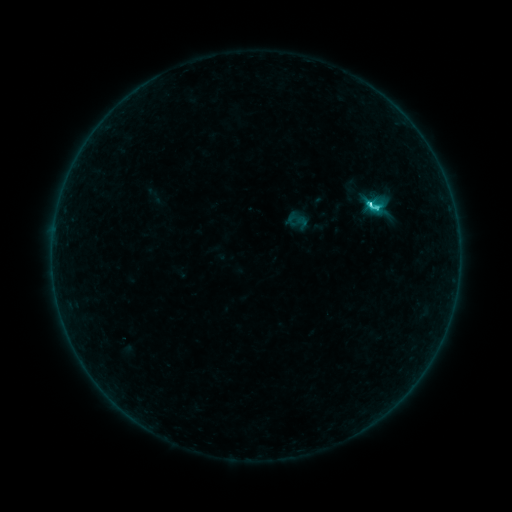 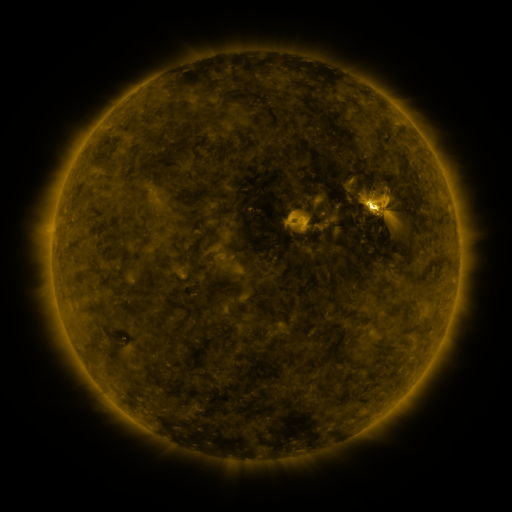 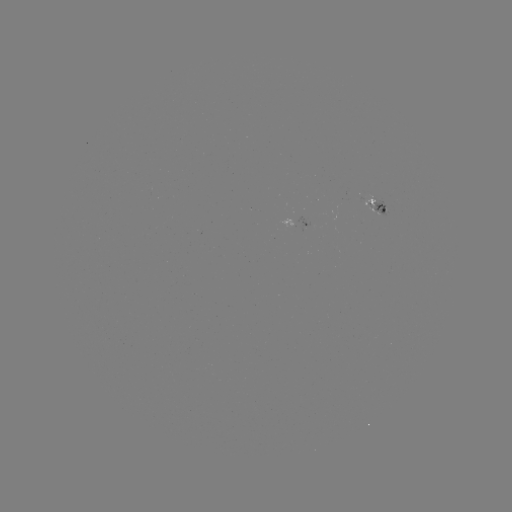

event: sigmoid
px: (375, 206)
